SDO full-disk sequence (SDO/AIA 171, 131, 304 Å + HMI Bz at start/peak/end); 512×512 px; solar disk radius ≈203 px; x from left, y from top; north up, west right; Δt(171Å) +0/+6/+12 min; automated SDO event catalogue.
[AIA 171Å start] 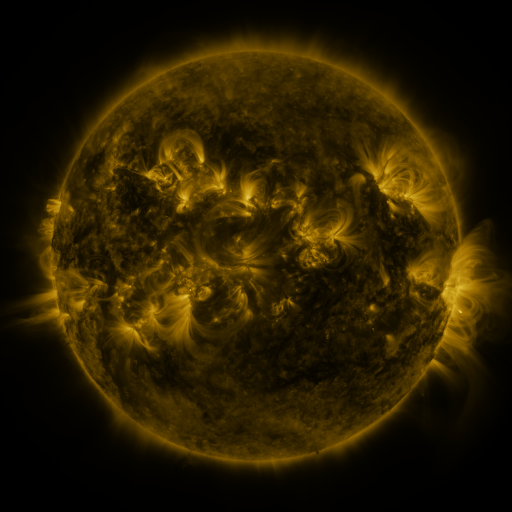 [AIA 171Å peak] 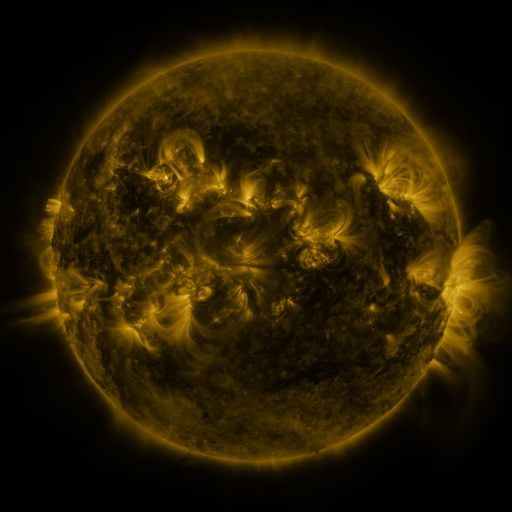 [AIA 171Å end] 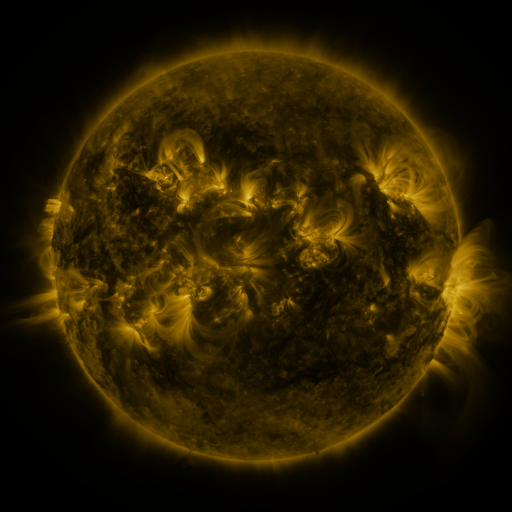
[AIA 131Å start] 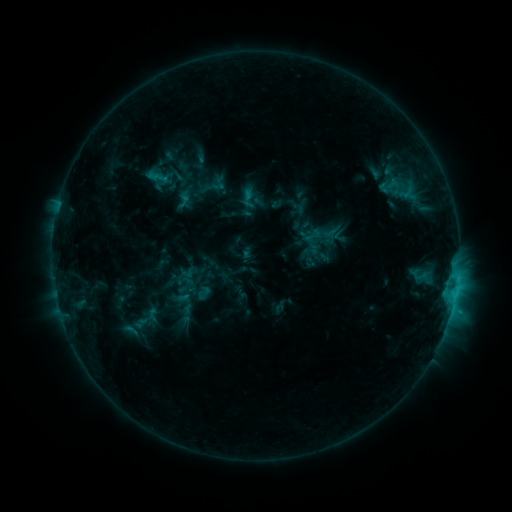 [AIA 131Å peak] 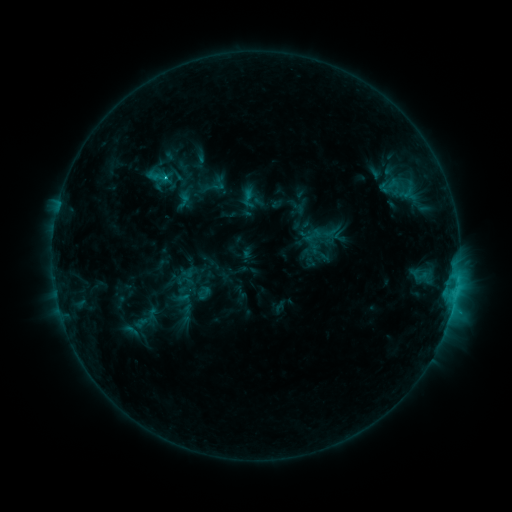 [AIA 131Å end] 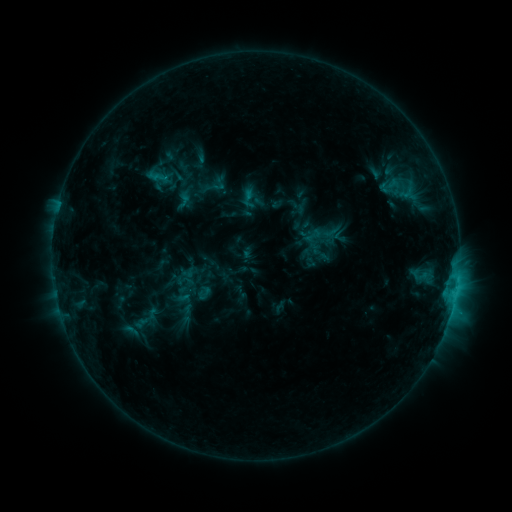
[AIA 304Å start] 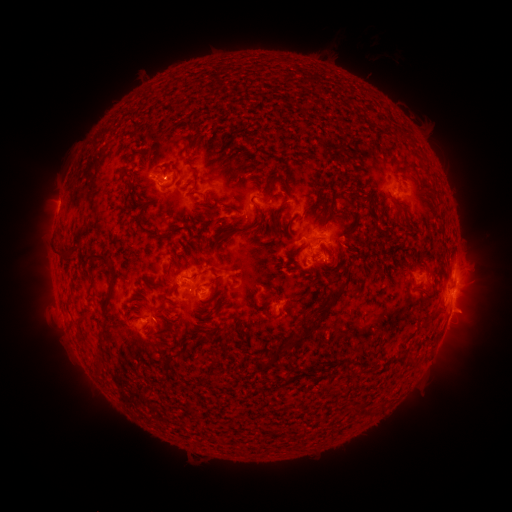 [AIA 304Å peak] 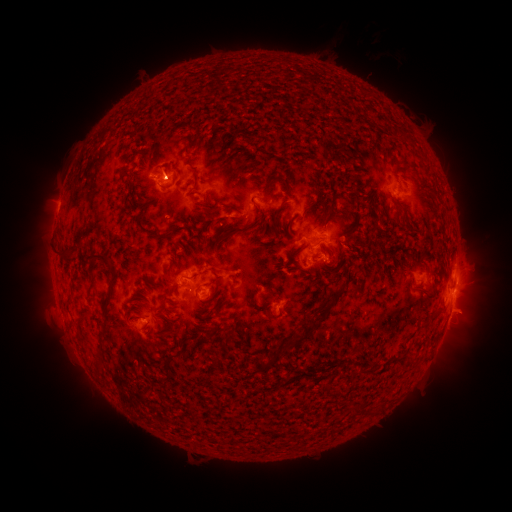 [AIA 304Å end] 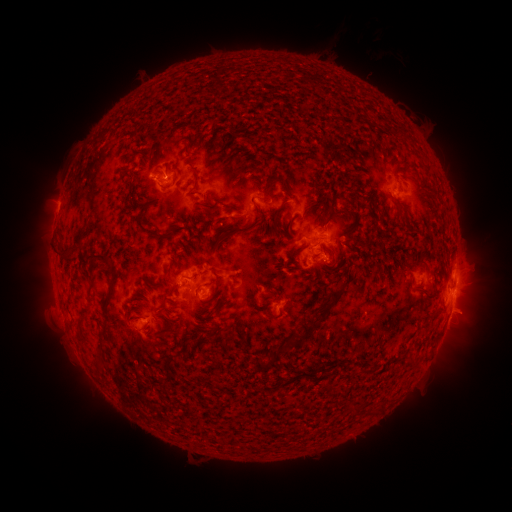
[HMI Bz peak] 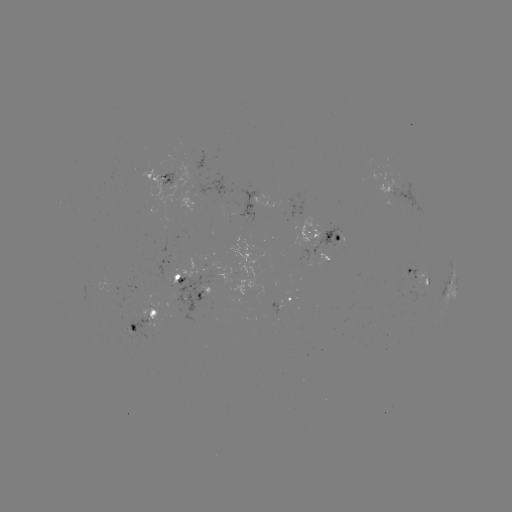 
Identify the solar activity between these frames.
C1.9 flare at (167, 178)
